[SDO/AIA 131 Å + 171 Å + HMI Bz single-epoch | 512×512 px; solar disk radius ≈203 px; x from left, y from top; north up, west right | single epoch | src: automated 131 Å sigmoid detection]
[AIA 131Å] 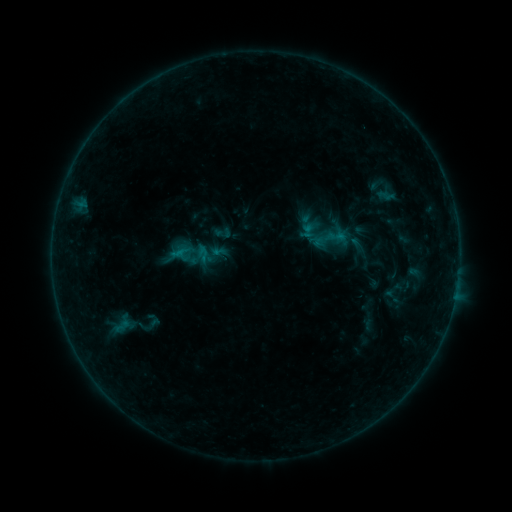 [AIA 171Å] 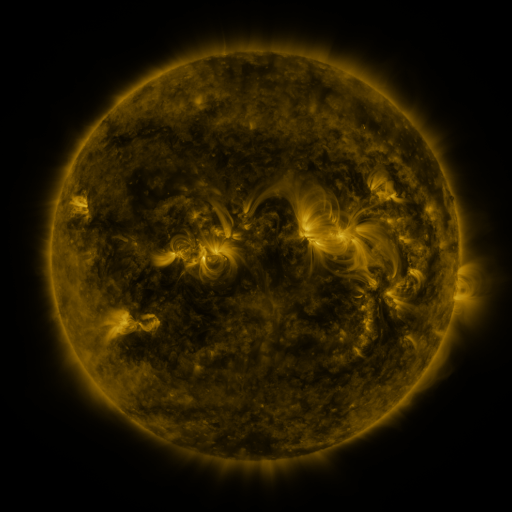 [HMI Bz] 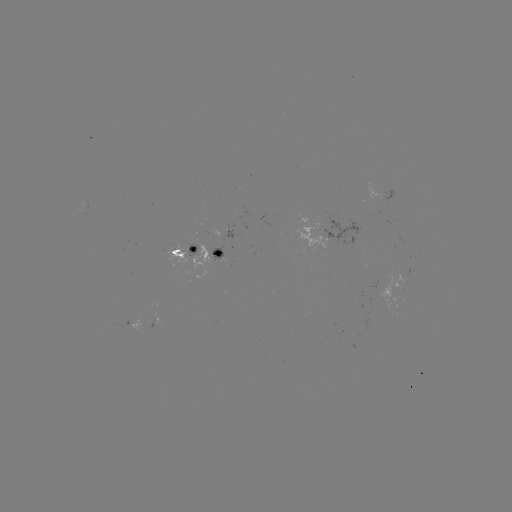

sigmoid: <bbox>216, 226, 230, 241</bbox>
